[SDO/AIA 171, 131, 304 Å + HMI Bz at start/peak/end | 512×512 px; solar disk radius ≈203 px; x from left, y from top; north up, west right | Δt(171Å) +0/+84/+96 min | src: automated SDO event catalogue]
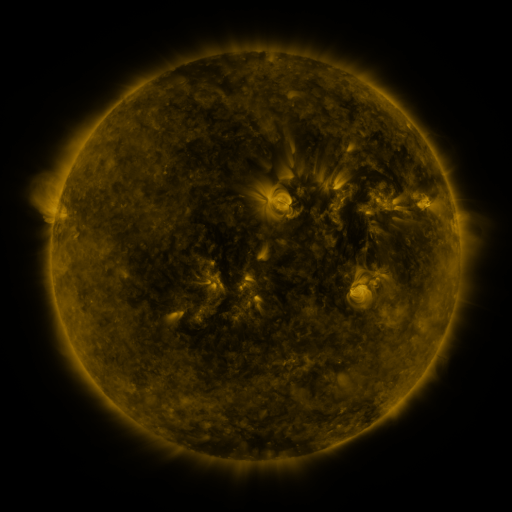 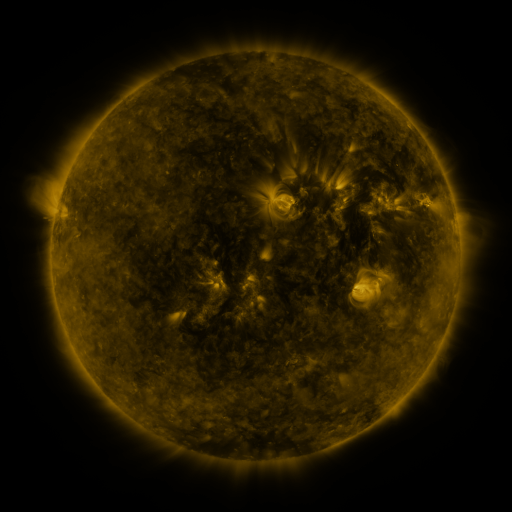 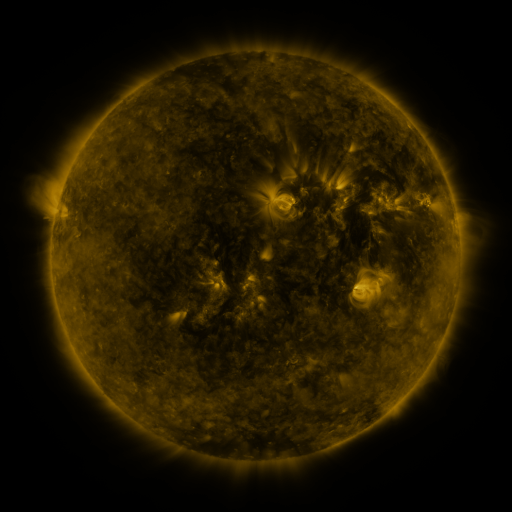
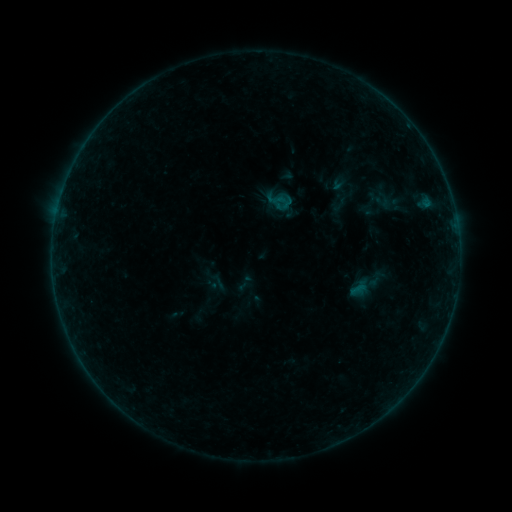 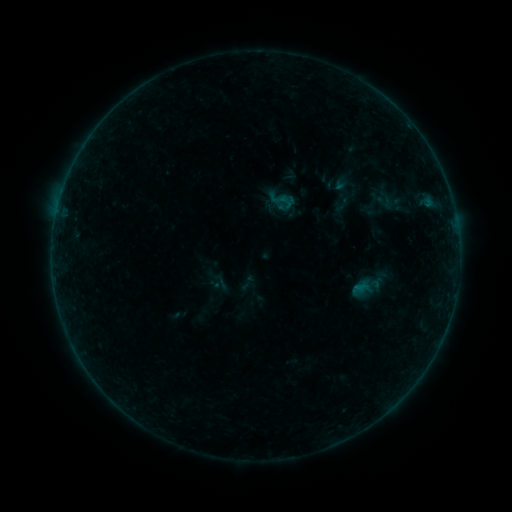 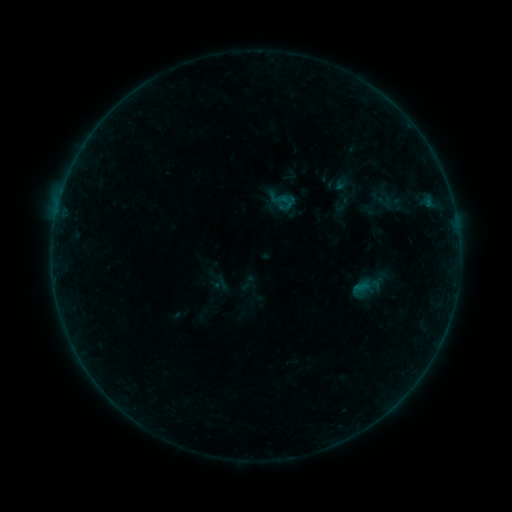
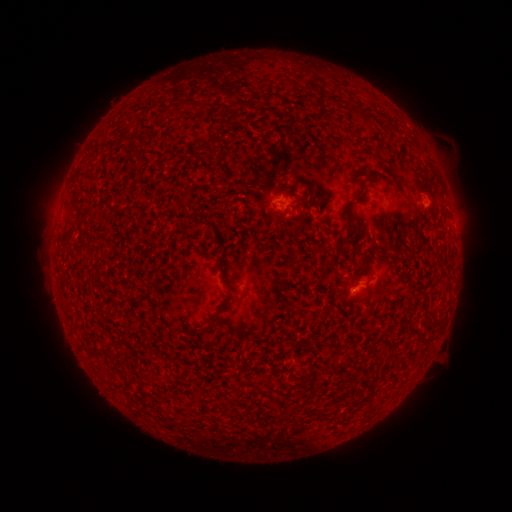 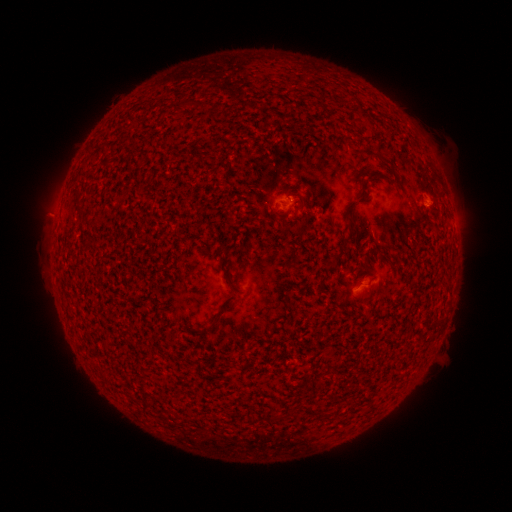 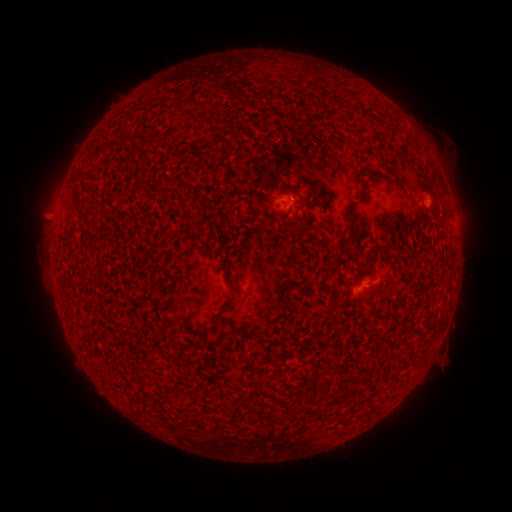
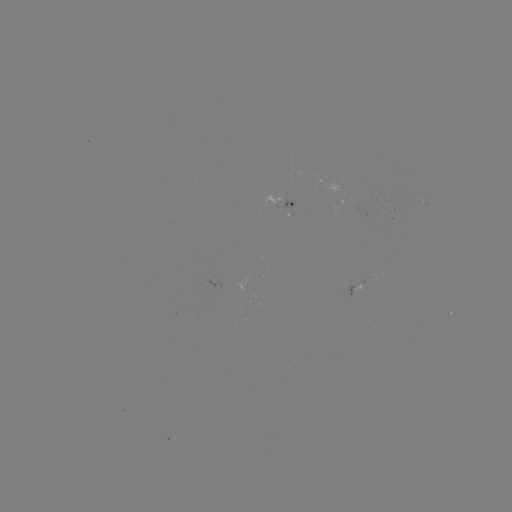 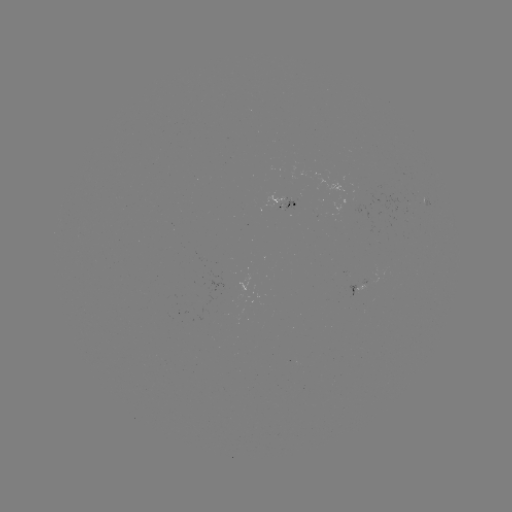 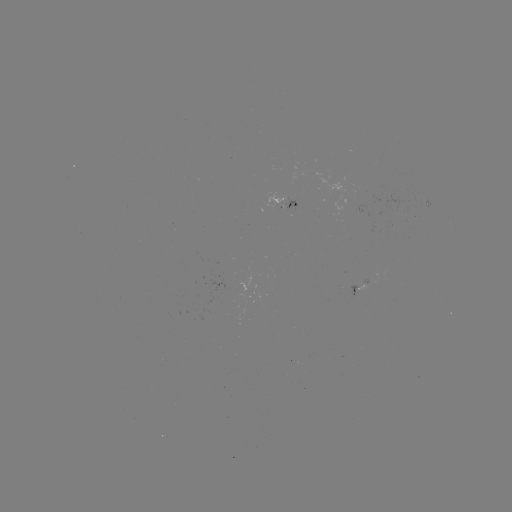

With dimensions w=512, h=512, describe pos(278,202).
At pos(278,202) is emerging-flux region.